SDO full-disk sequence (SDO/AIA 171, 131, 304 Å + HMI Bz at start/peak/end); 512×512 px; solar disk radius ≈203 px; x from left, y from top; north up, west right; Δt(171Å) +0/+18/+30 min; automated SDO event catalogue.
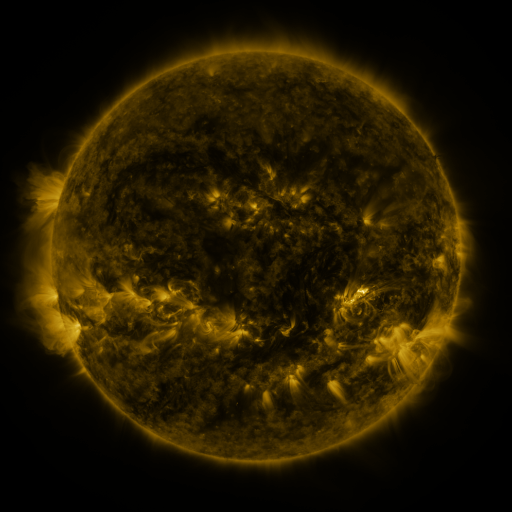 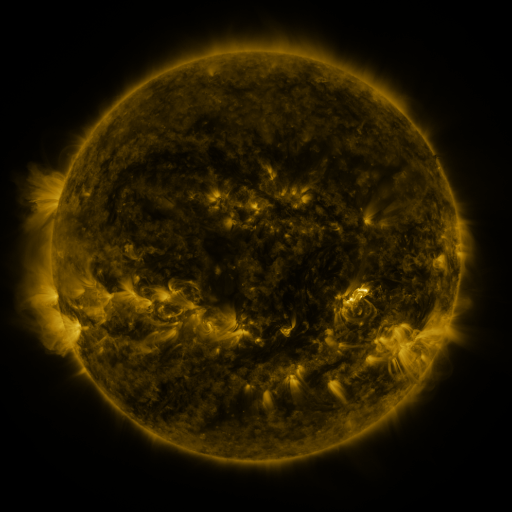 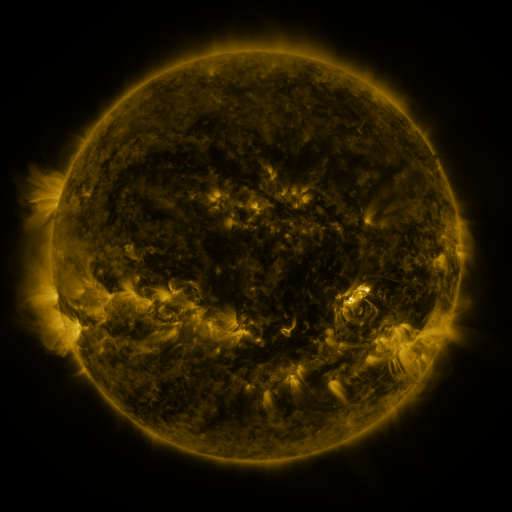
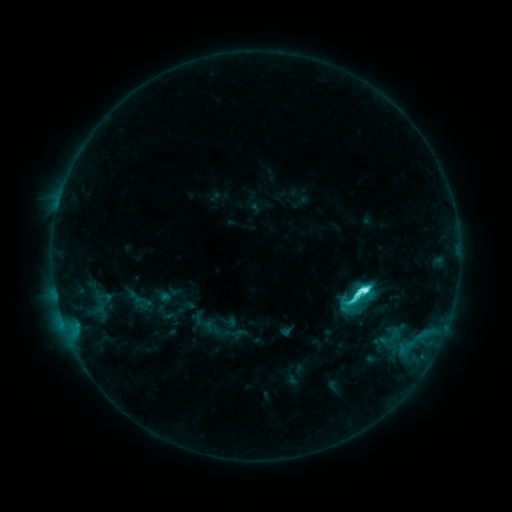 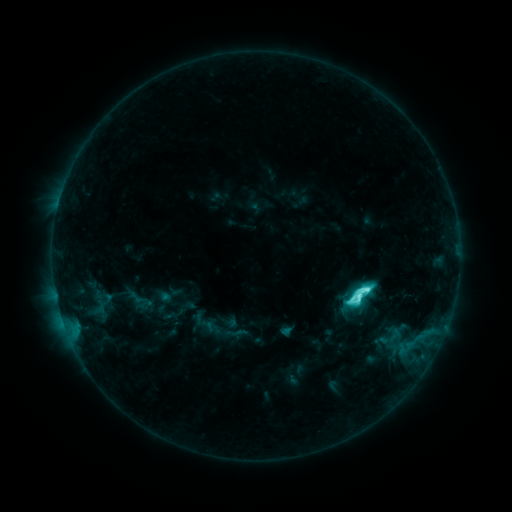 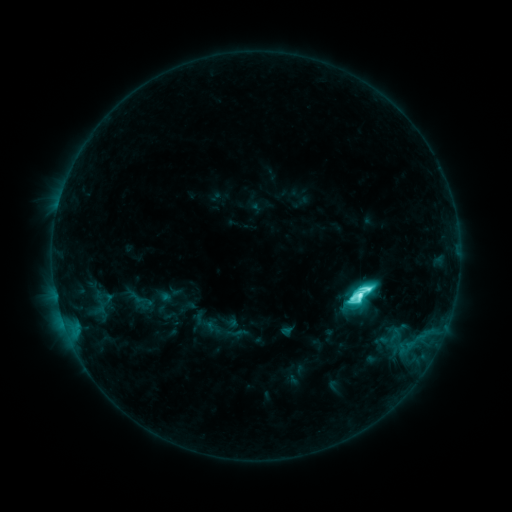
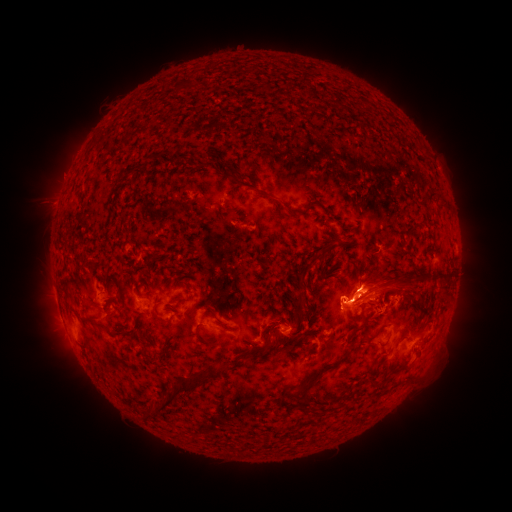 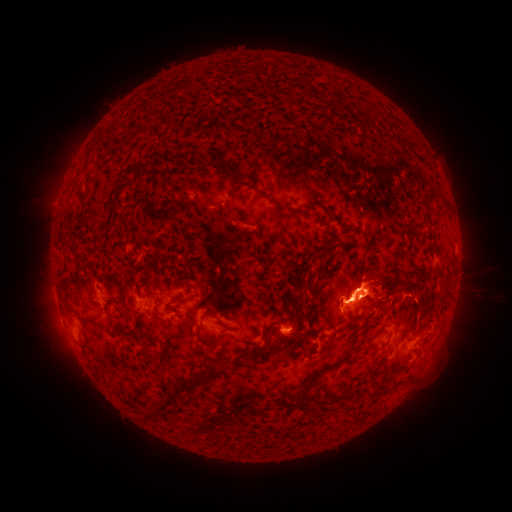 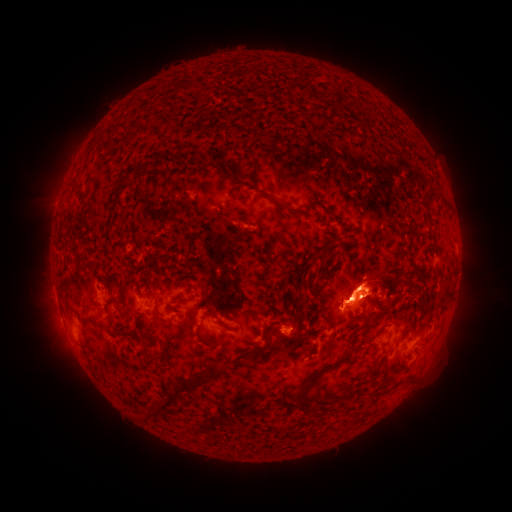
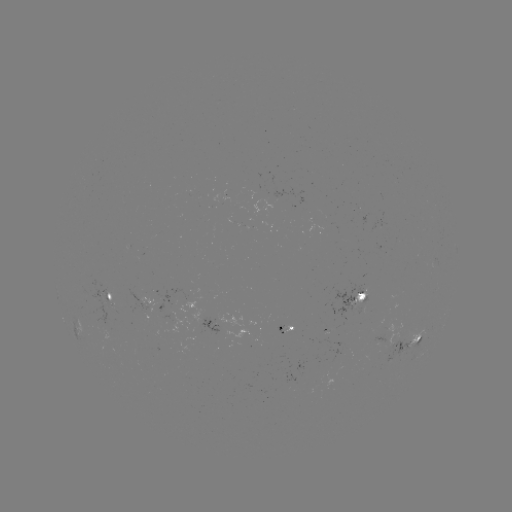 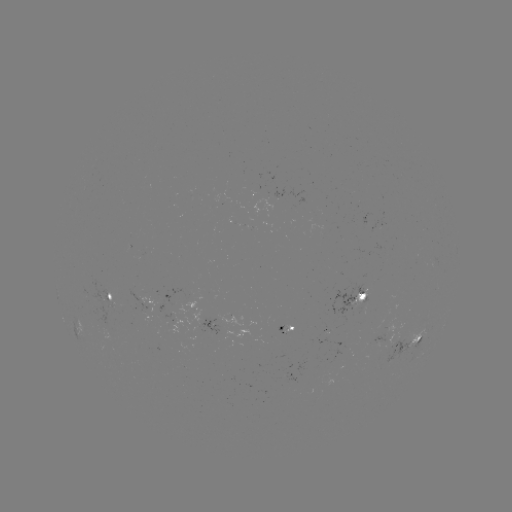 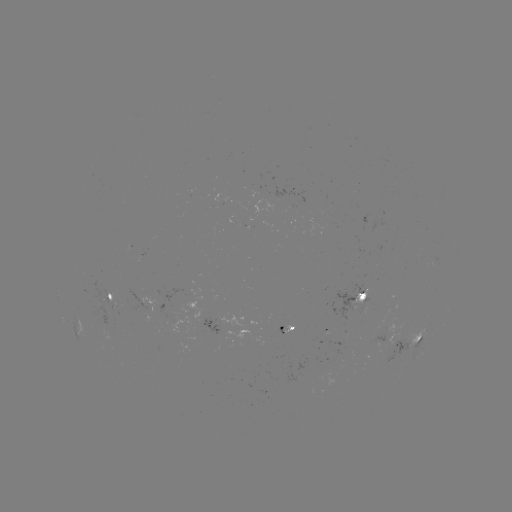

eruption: <bbox>345, 258, 477, 330</bbox>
